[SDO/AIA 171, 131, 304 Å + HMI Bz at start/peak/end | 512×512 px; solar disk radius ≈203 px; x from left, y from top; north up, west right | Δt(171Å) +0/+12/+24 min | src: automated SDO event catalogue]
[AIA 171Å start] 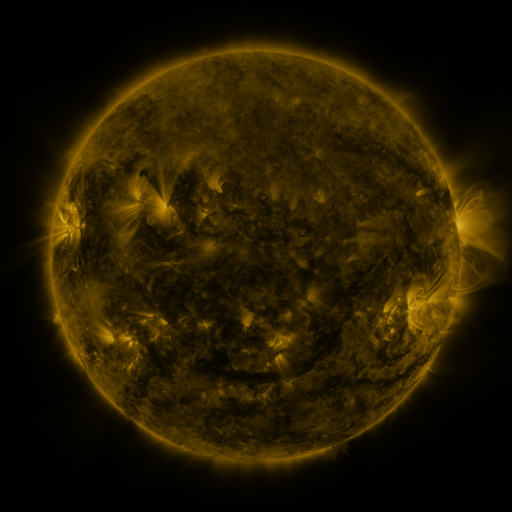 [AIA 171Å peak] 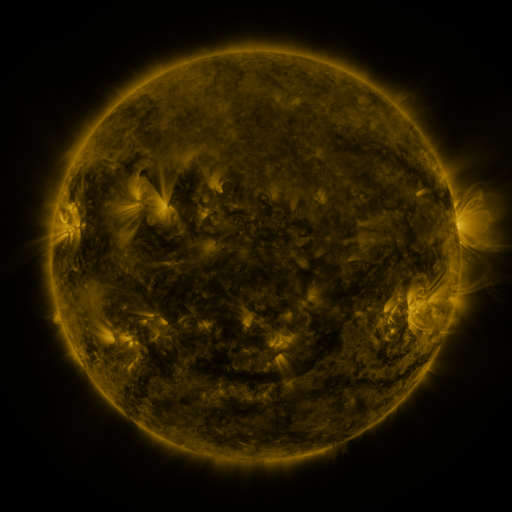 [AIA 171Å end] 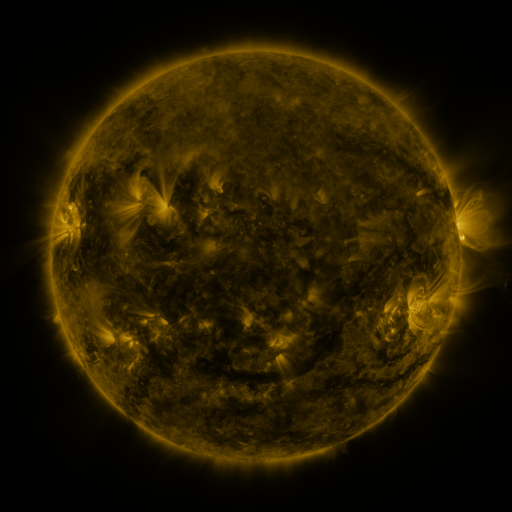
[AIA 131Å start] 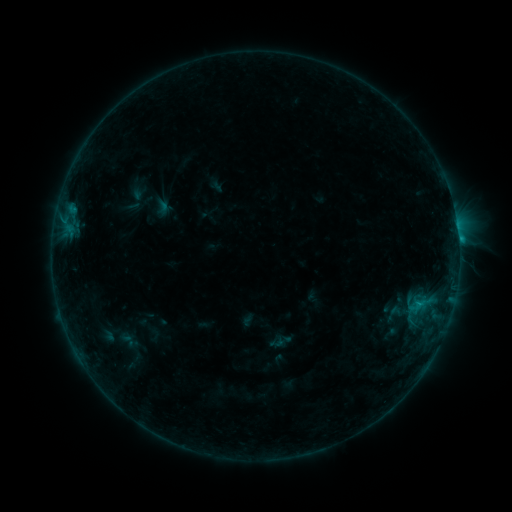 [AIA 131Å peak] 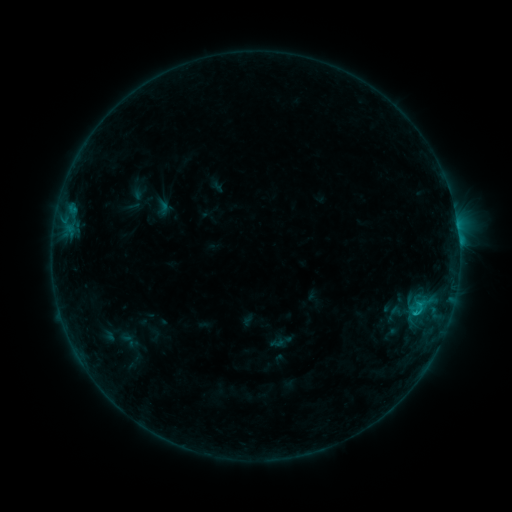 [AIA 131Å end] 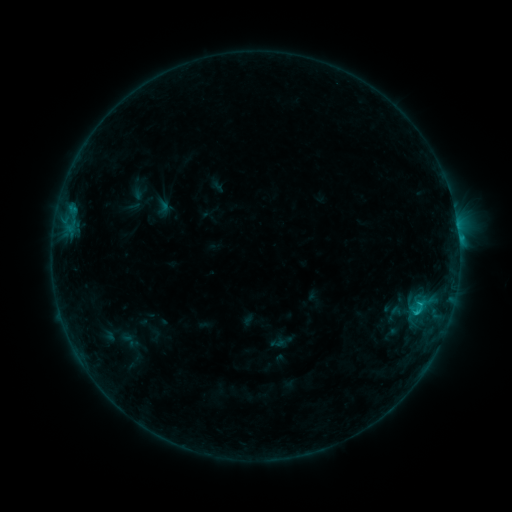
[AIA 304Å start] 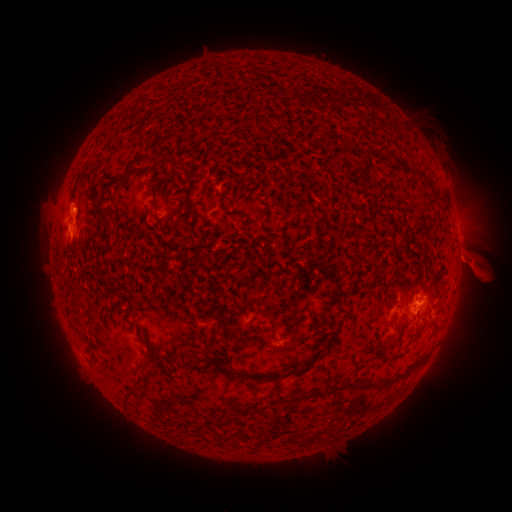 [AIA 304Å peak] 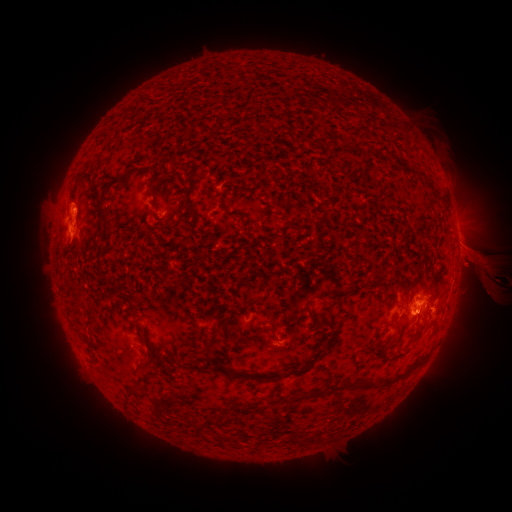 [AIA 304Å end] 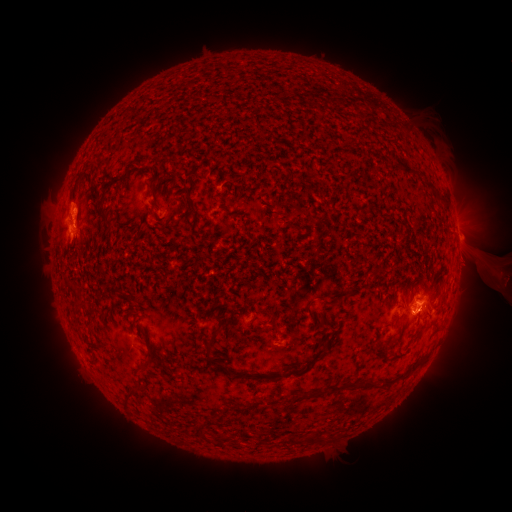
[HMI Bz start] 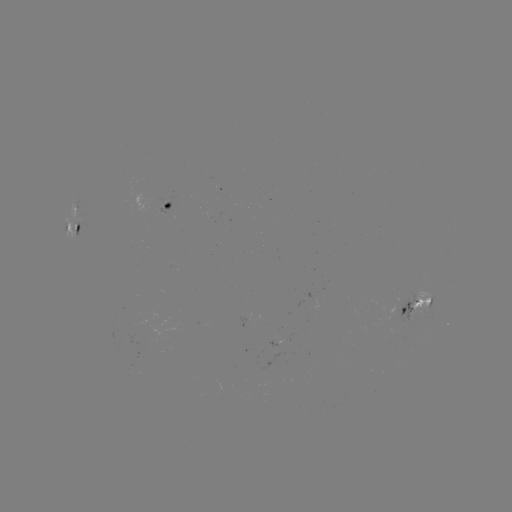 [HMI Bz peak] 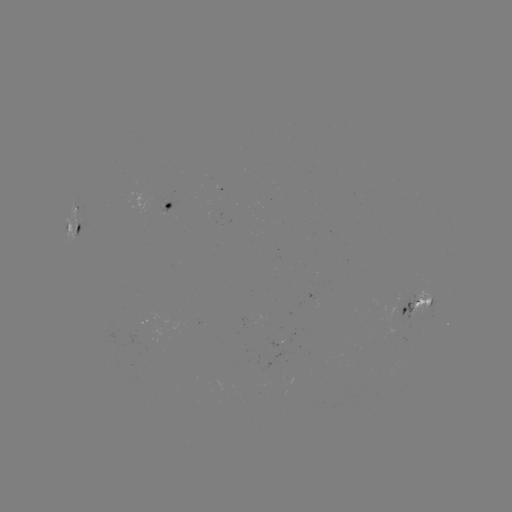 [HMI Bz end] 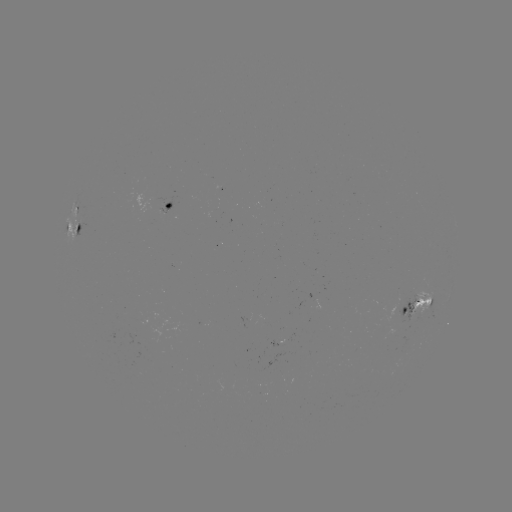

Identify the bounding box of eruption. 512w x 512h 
[449, 210, 511, 323].